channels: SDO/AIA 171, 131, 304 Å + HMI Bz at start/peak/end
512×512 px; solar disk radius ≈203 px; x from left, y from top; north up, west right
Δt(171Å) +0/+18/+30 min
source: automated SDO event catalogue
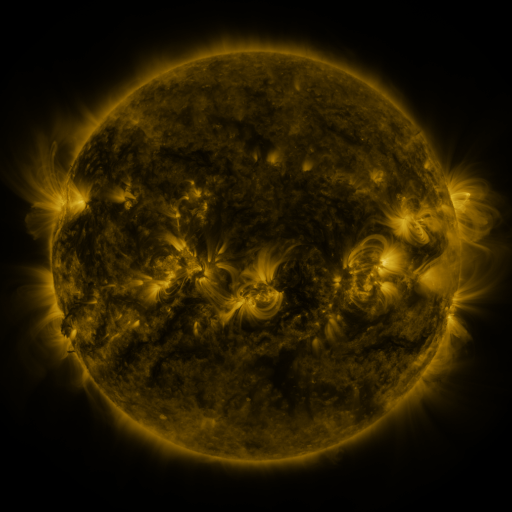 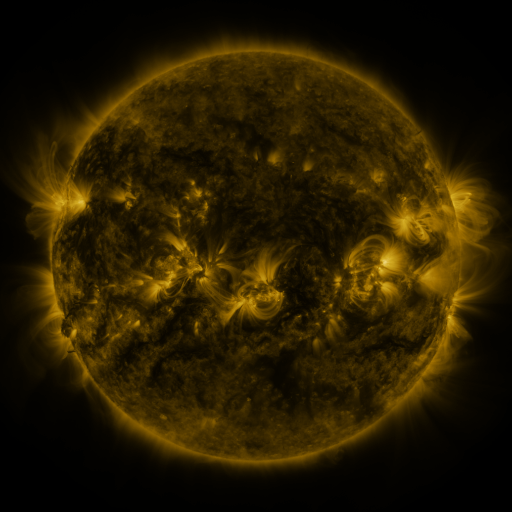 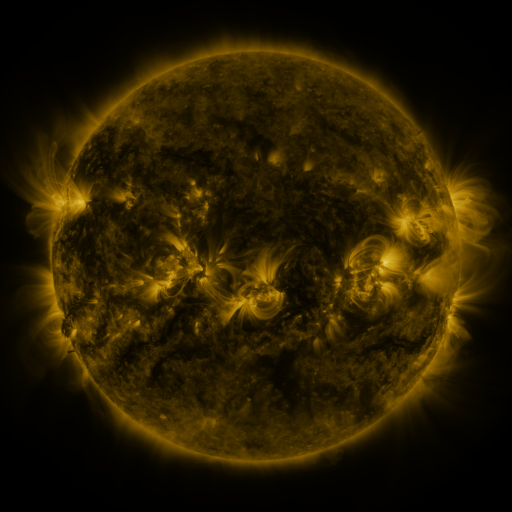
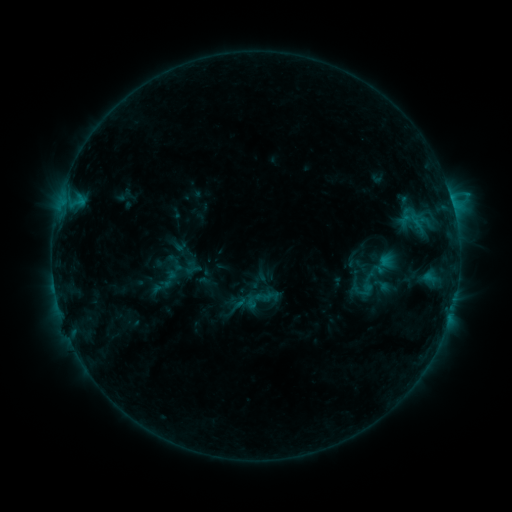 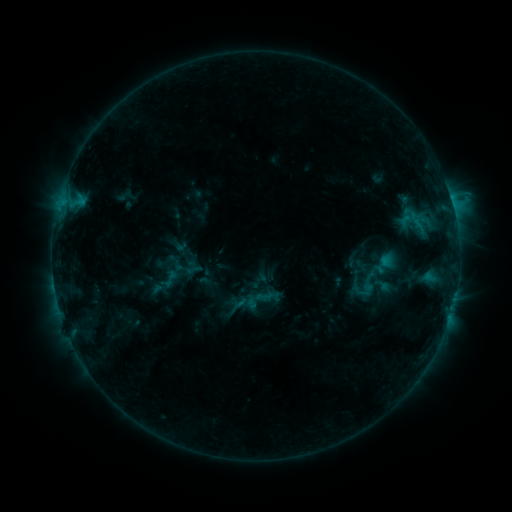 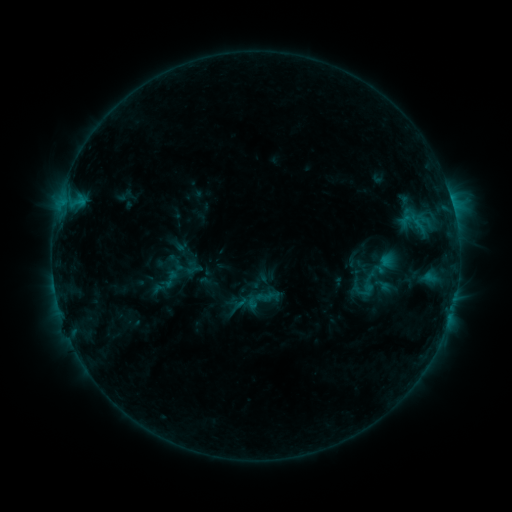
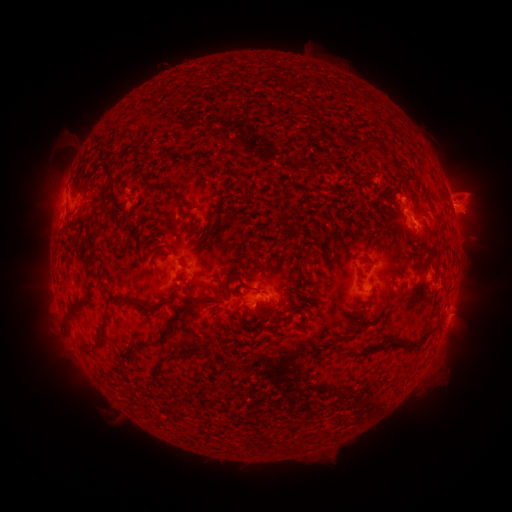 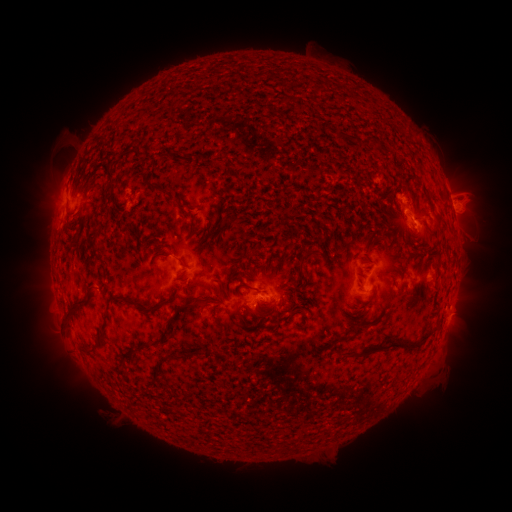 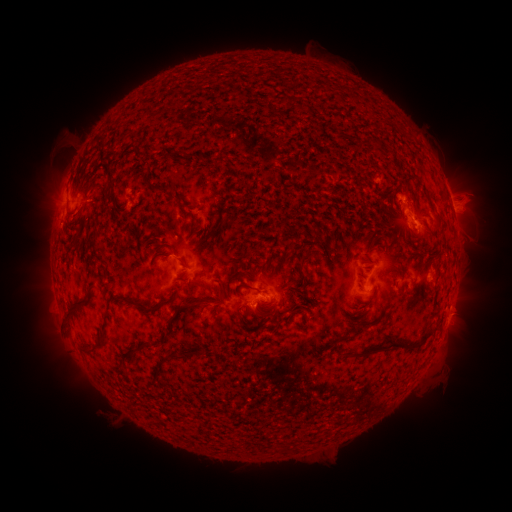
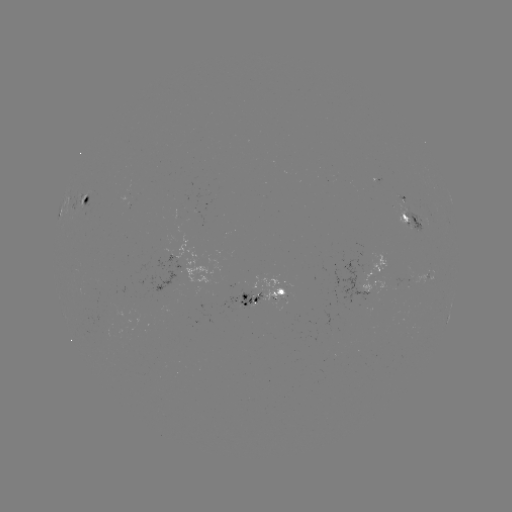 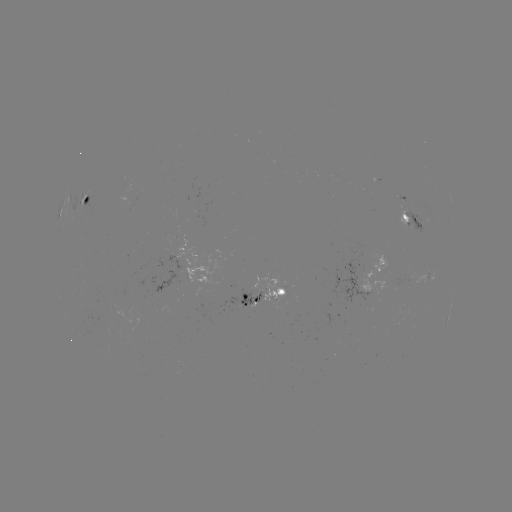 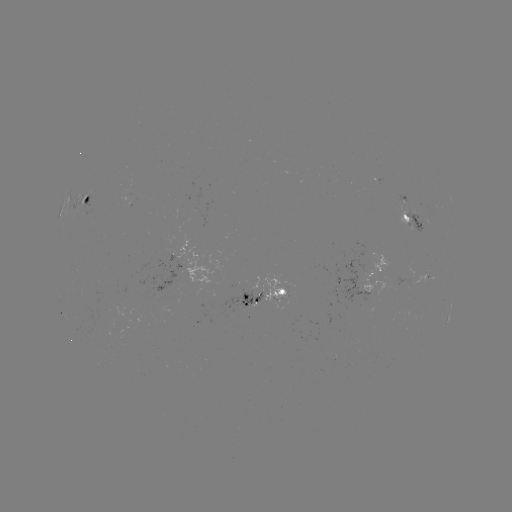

nothing was catalogued: no classed flare, no EUV trigger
